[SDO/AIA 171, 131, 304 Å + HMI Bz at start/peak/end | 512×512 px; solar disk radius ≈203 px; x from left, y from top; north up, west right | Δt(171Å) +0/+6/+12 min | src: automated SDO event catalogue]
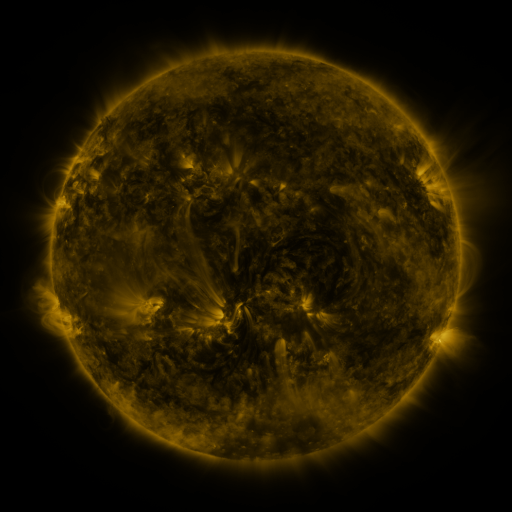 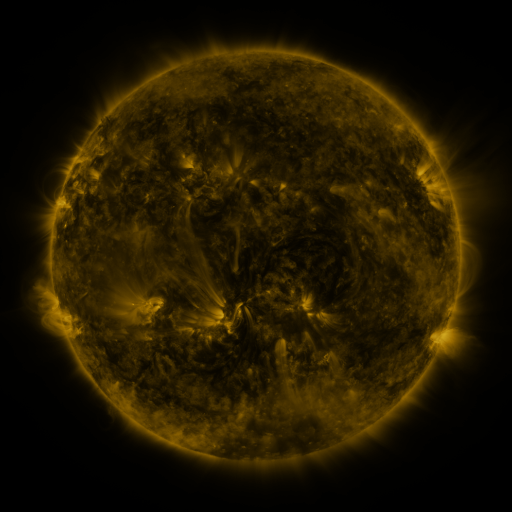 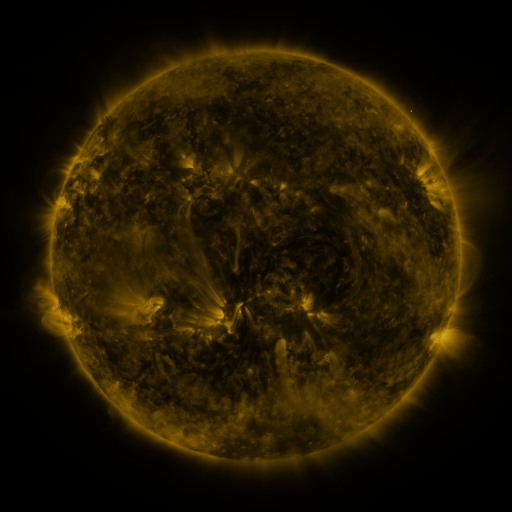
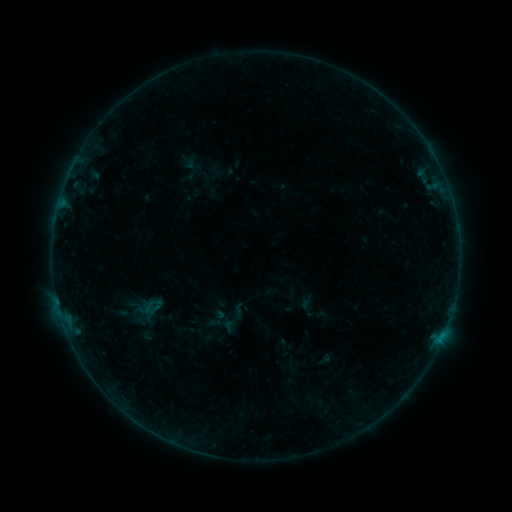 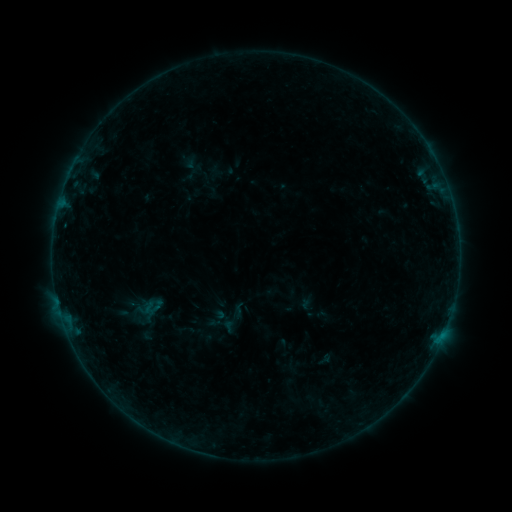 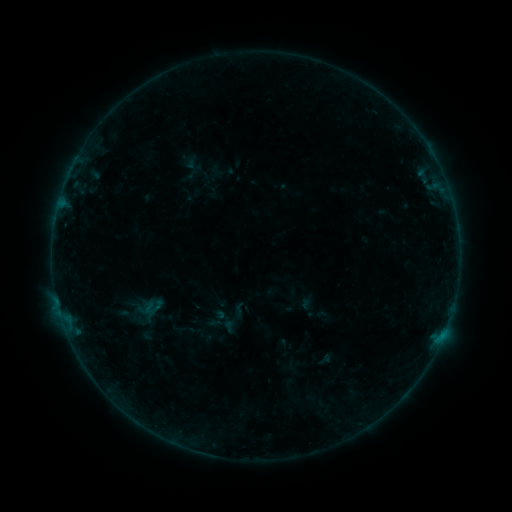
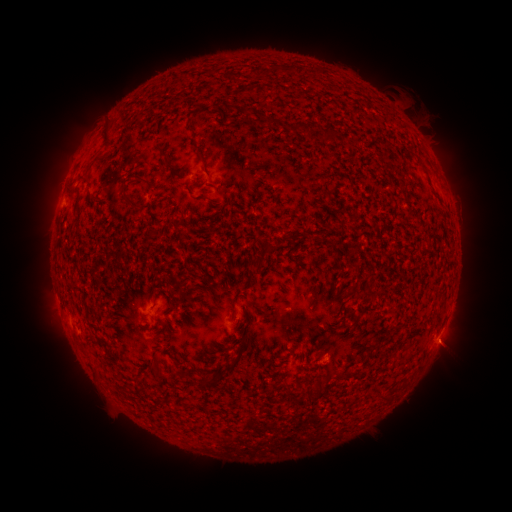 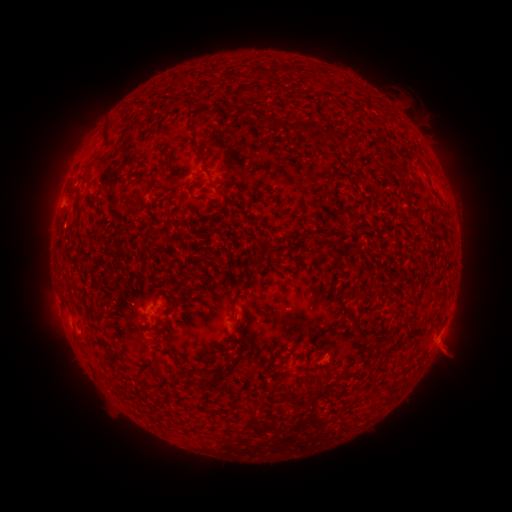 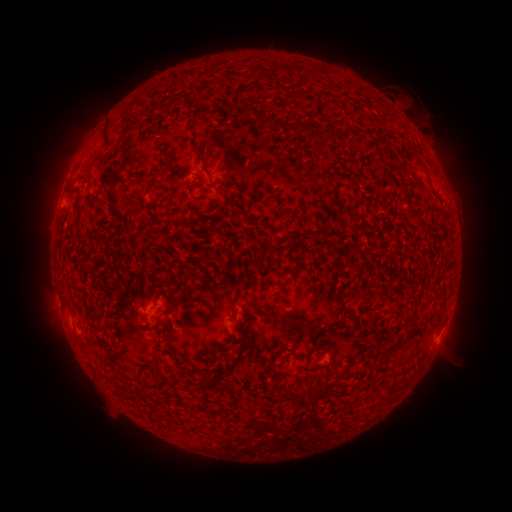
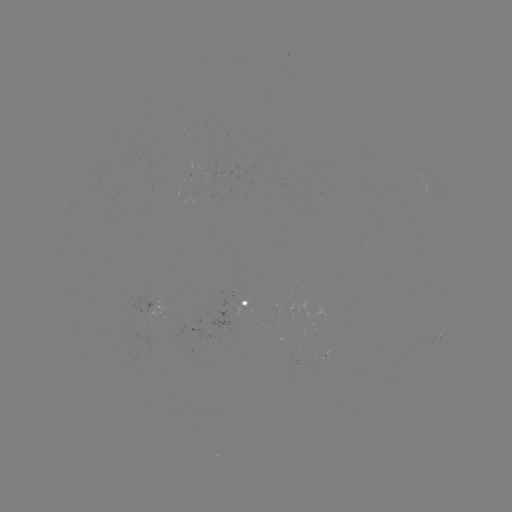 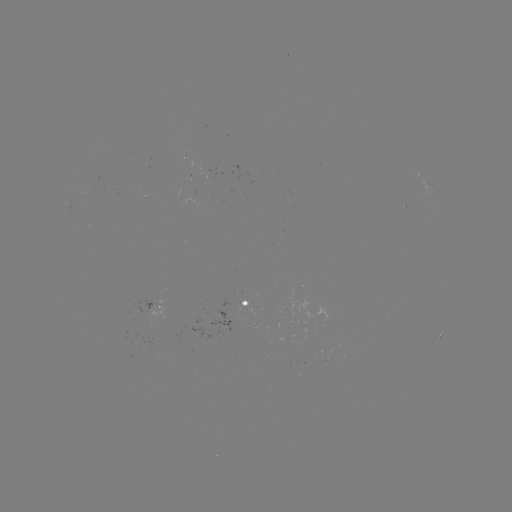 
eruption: (417, 325, 477, 382)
